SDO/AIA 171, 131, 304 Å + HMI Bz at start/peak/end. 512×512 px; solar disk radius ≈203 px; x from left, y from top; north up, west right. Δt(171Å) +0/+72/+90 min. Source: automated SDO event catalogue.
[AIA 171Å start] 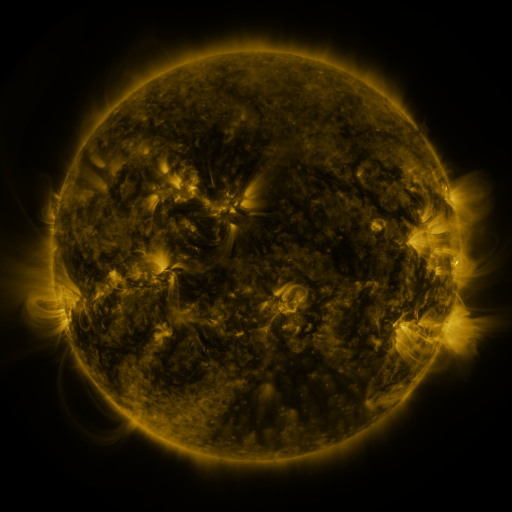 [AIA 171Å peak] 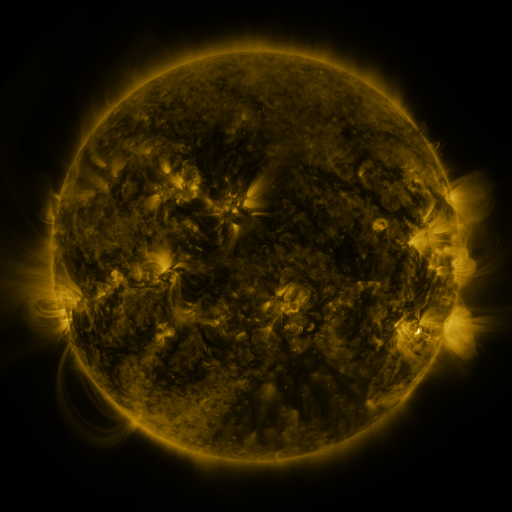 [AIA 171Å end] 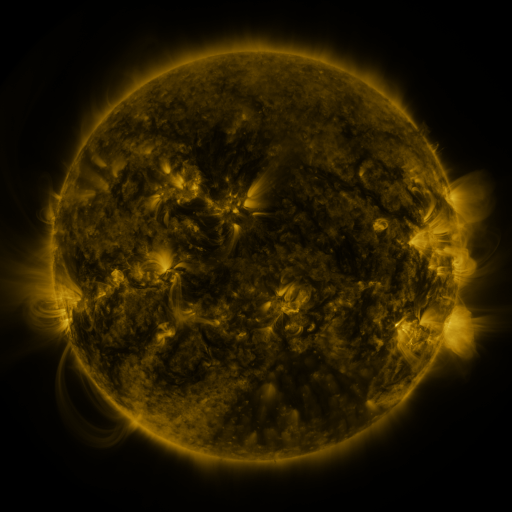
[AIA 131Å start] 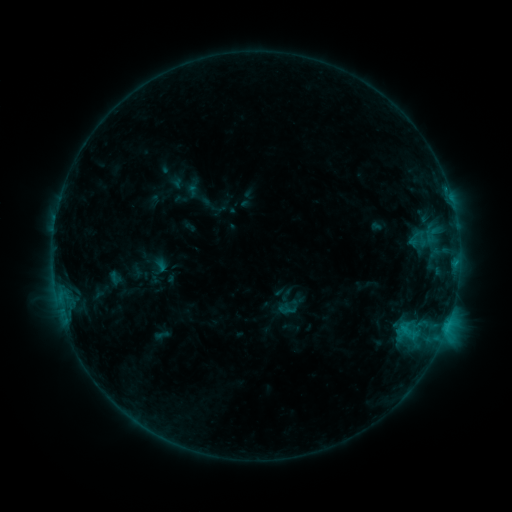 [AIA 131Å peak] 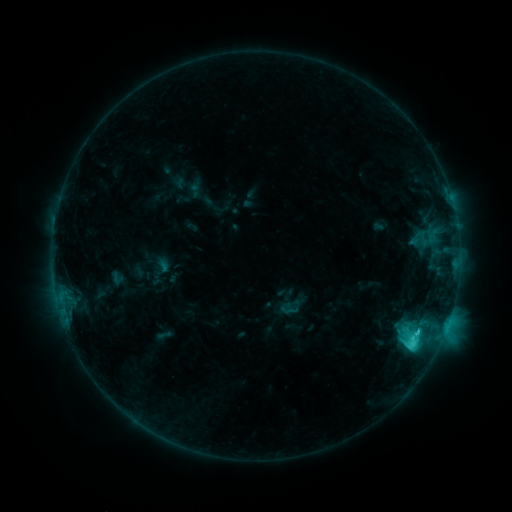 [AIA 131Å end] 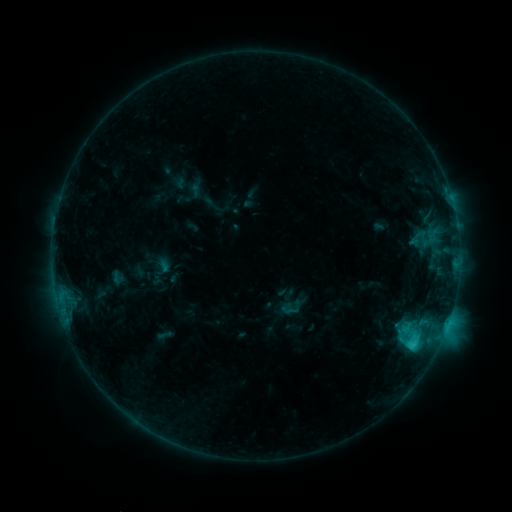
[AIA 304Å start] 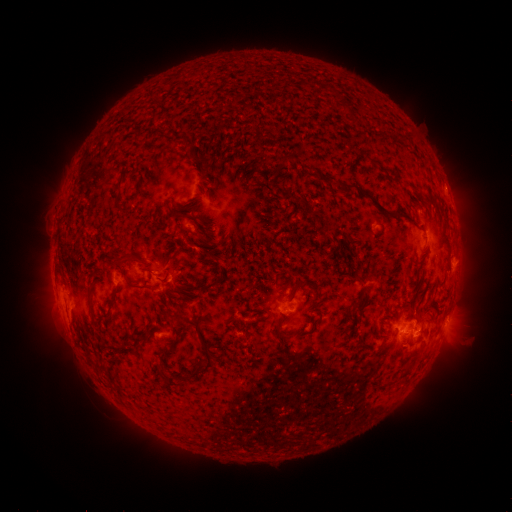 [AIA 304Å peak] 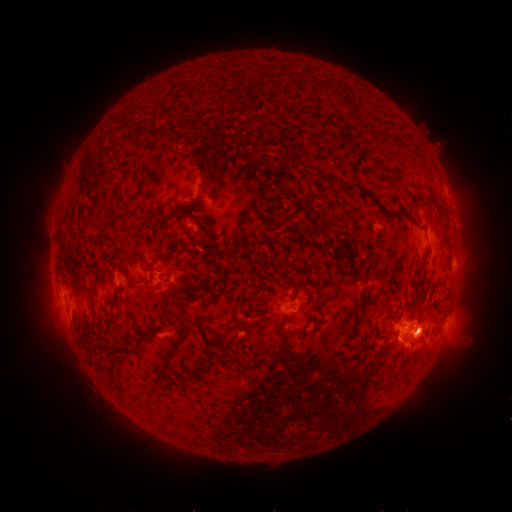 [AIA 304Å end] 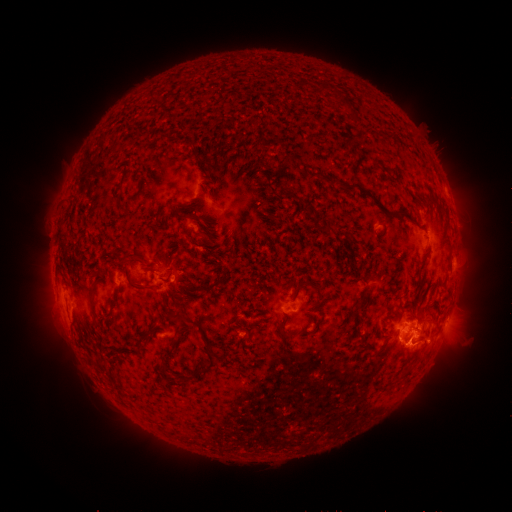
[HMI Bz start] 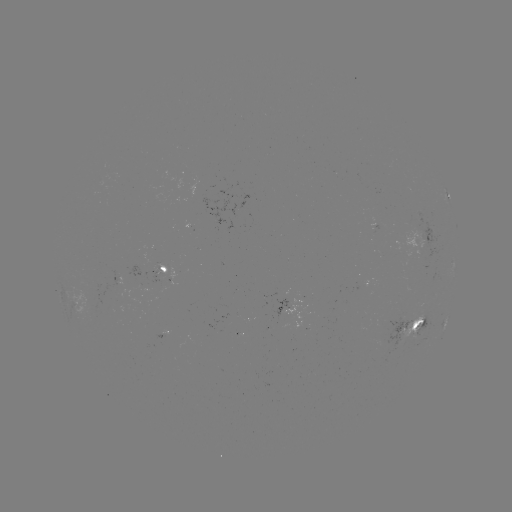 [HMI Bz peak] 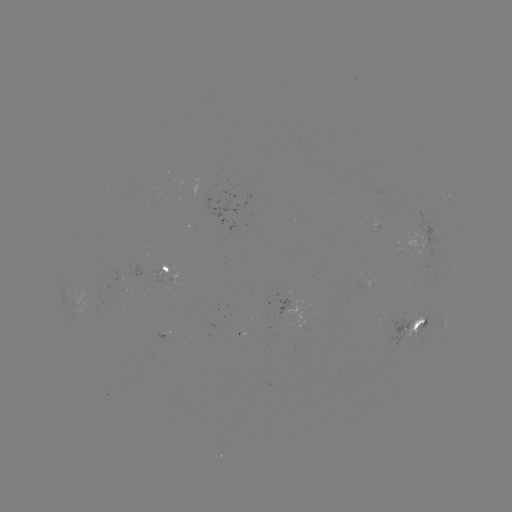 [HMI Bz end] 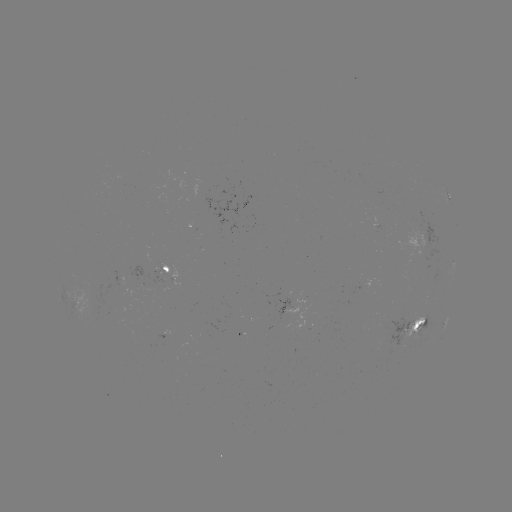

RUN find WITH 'C4.4 flare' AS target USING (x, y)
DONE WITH (412, 342) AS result